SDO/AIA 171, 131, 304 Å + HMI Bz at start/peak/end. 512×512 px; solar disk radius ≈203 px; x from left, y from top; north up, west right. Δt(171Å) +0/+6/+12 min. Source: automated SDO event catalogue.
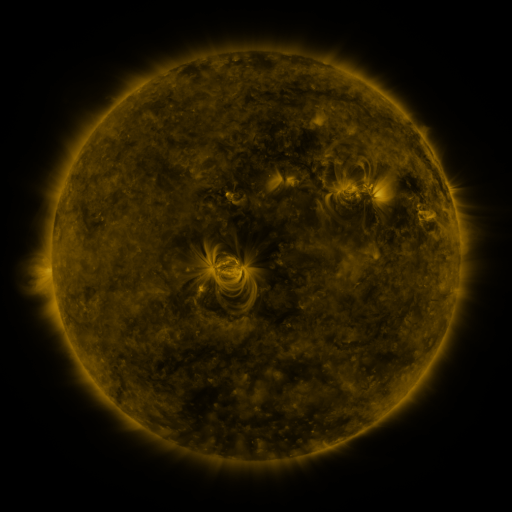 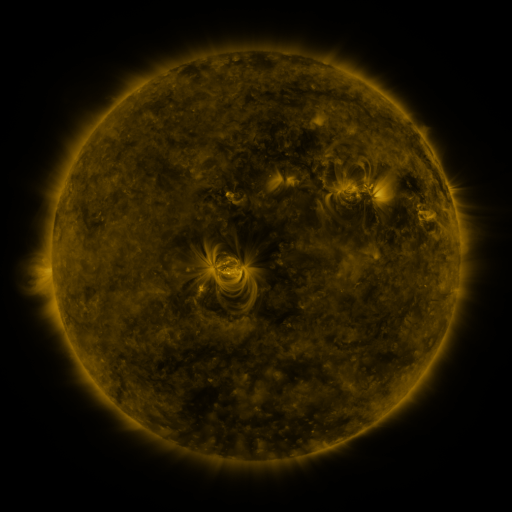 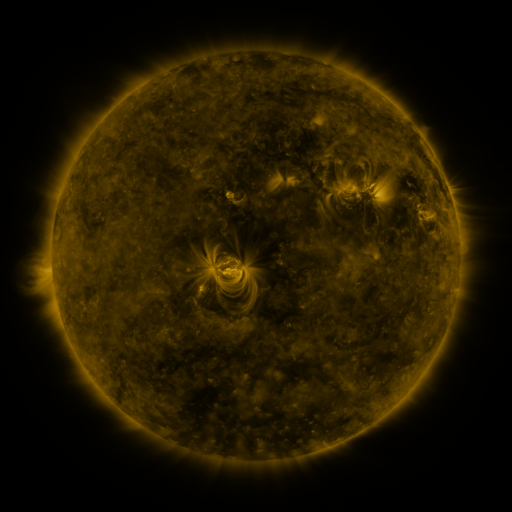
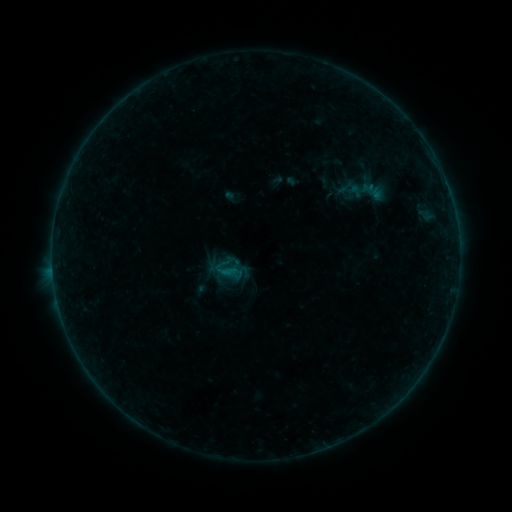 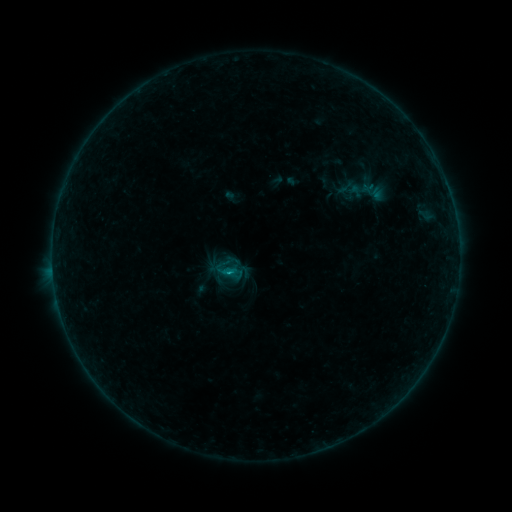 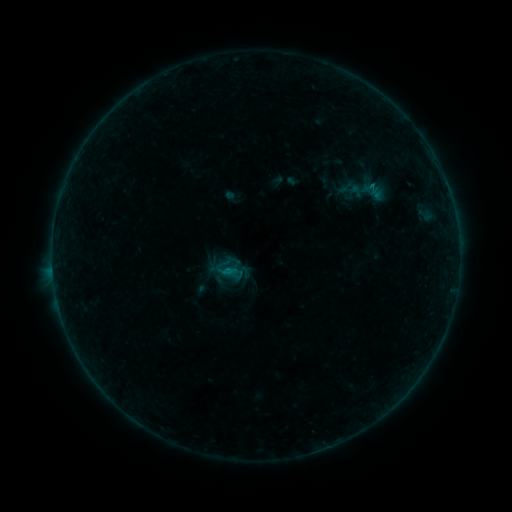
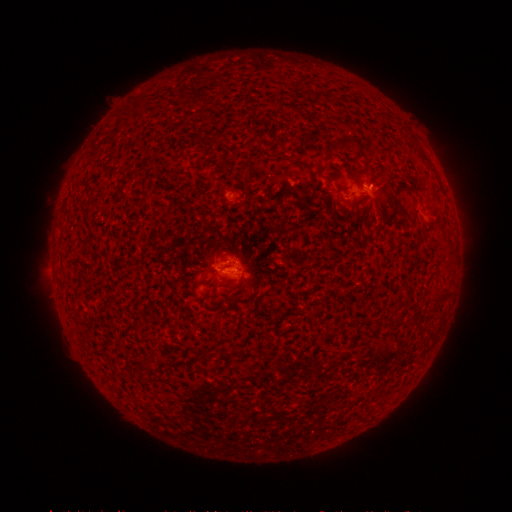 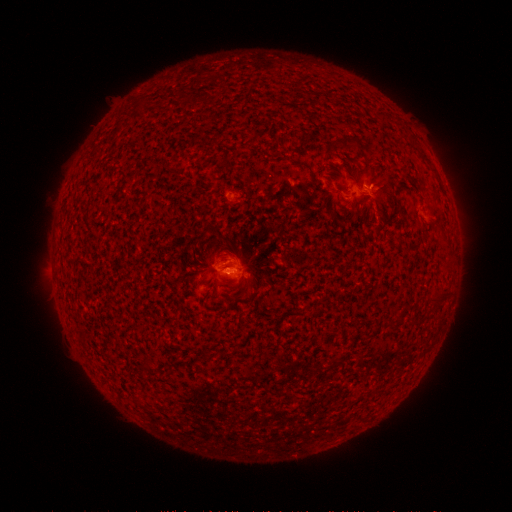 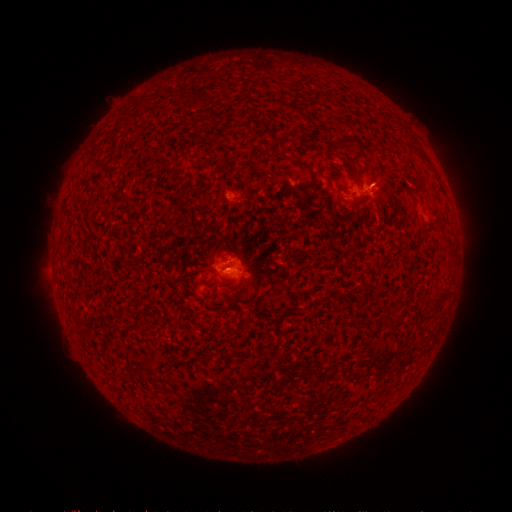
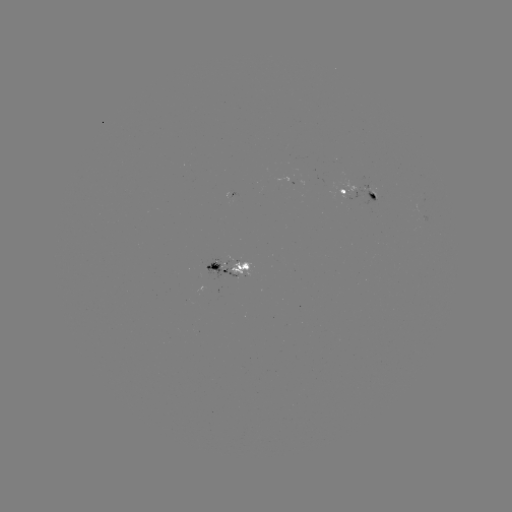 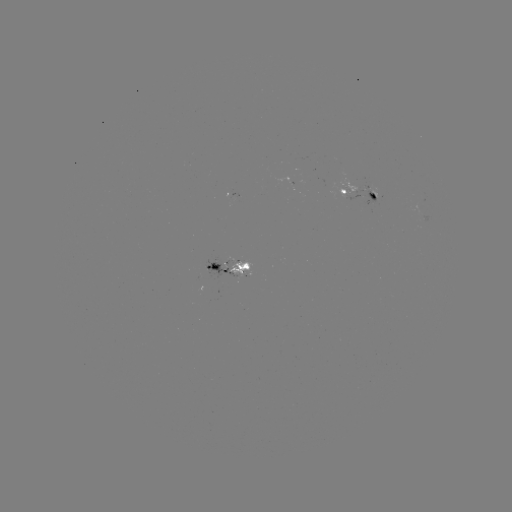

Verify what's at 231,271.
B3.2 flare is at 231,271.